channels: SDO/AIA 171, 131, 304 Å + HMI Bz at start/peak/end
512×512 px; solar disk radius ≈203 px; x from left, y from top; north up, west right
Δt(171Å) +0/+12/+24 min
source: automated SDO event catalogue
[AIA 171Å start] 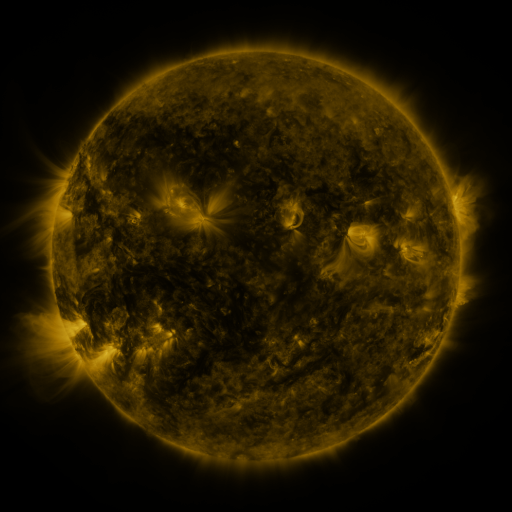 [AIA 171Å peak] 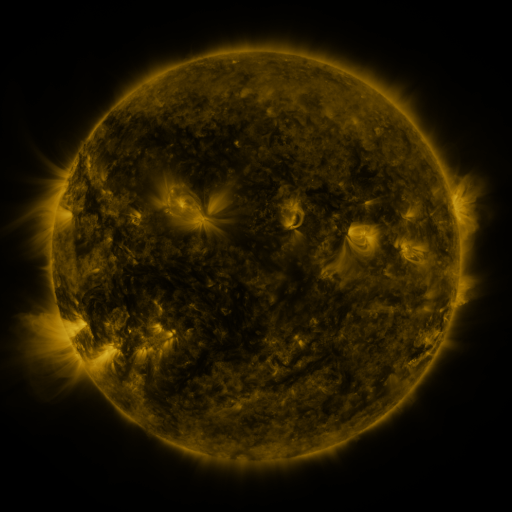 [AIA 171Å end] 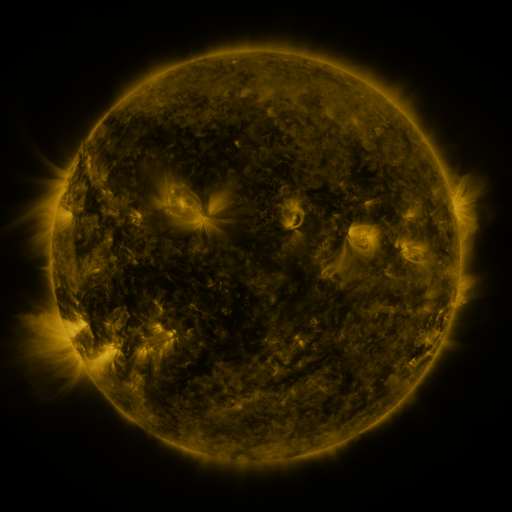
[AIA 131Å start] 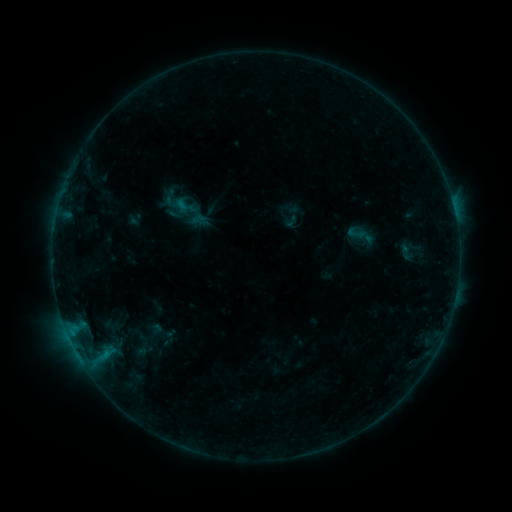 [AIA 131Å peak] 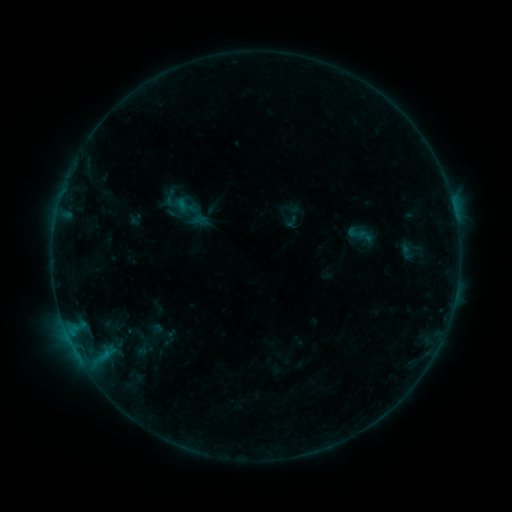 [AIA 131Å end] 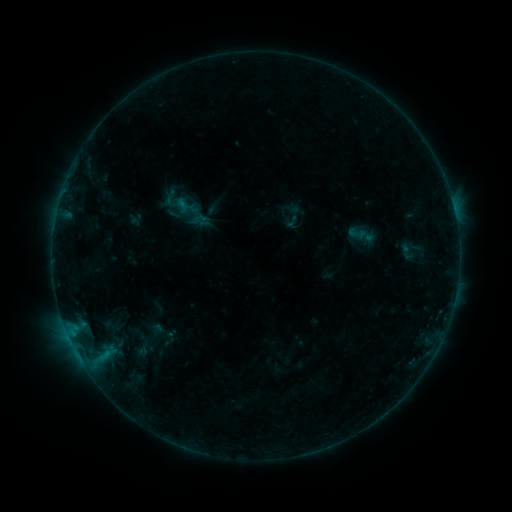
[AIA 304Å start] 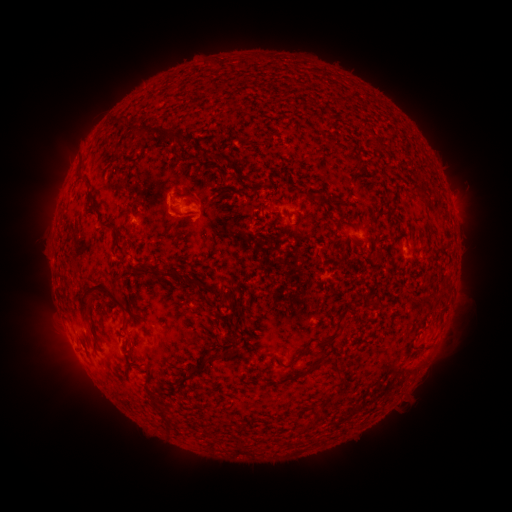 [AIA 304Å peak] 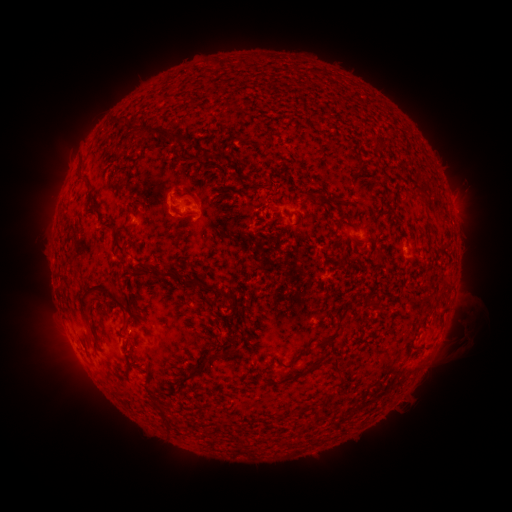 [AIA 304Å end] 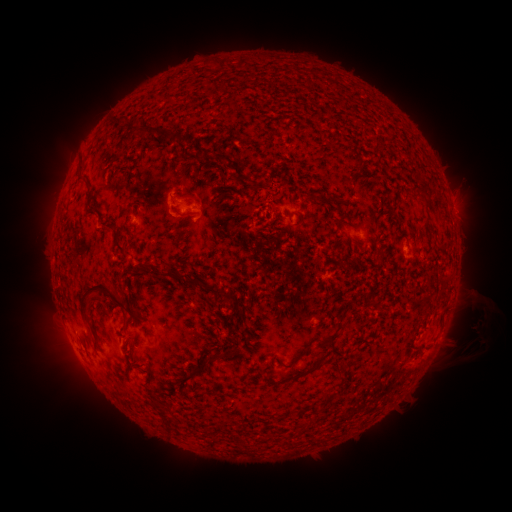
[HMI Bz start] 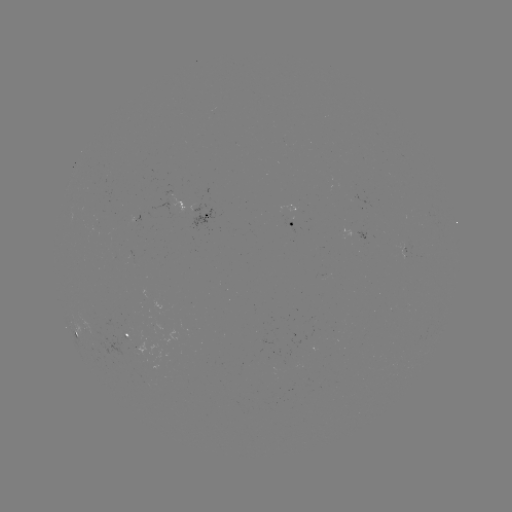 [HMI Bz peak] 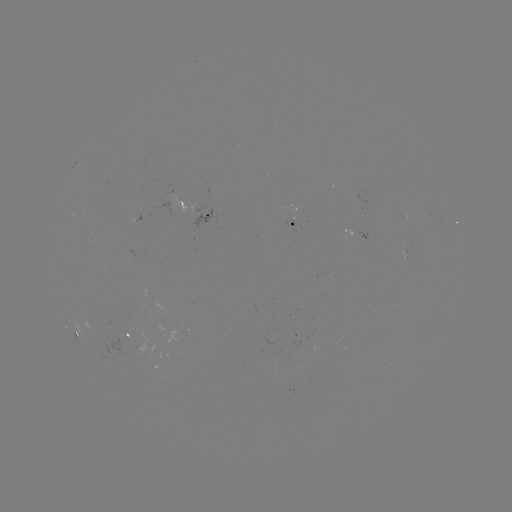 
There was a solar eruption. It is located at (462, 336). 